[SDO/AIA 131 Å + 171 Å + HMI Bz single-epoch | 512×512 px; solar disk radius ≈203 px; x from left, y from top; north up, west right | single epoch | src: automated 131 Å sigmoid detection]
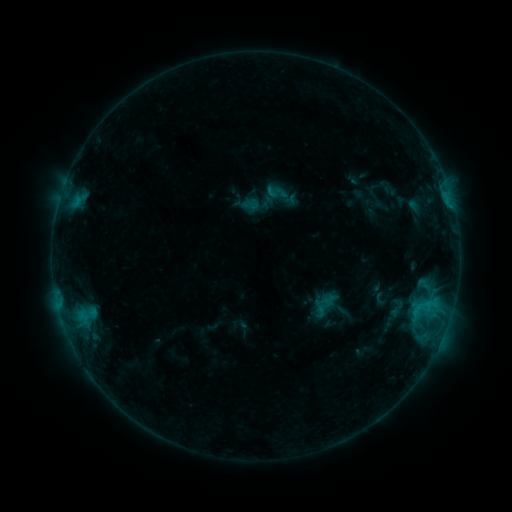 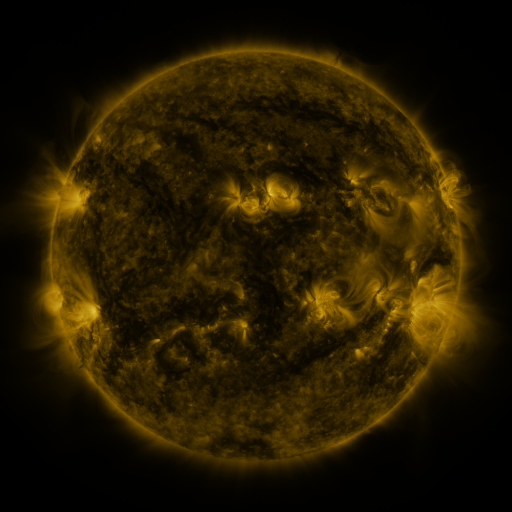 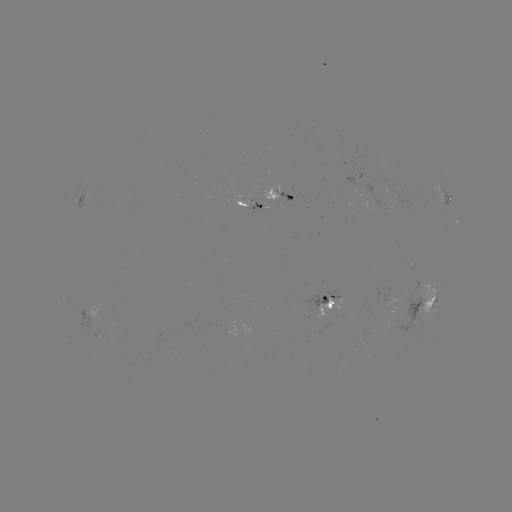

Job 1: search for sigmoid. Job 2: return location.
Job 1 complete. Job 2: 397,307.